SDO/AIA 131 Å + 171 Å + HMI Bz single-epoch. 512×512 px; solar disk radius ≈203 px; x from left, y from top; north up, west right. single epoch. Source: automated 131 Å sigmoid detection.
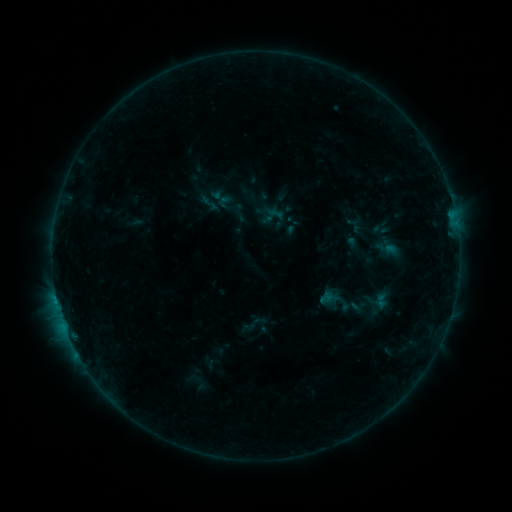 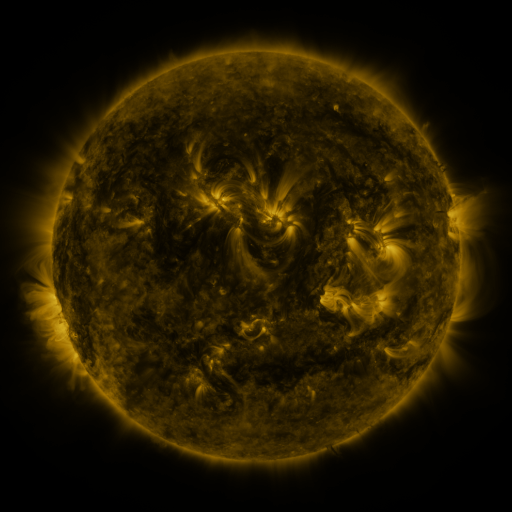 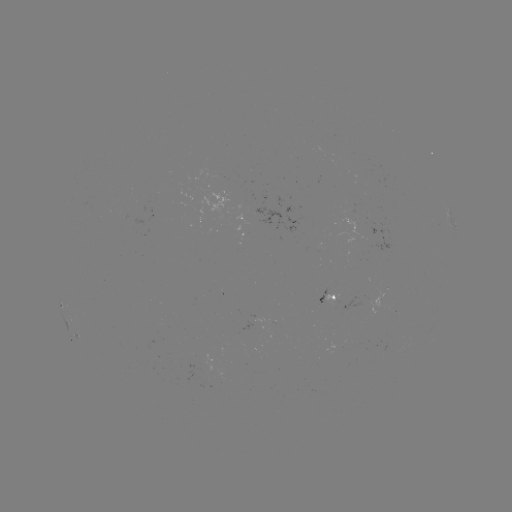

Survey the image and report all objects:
sigmoid: (197, 192, 218, 212)
sigmoid: (315, 282, 354, 320)
